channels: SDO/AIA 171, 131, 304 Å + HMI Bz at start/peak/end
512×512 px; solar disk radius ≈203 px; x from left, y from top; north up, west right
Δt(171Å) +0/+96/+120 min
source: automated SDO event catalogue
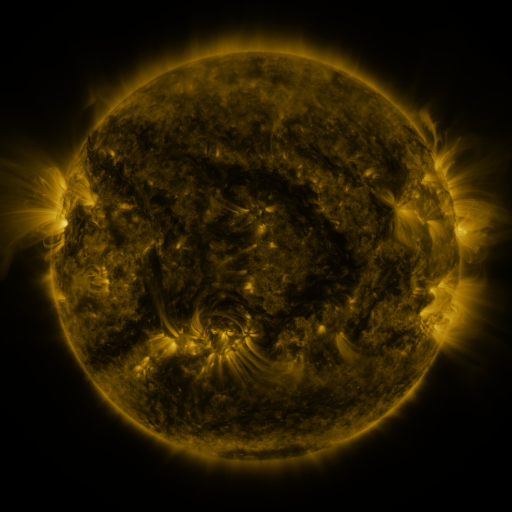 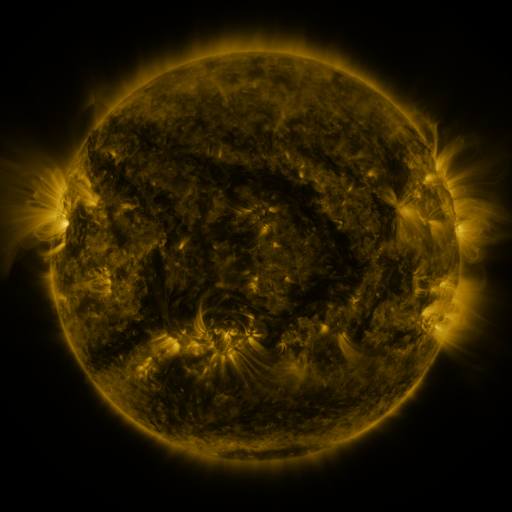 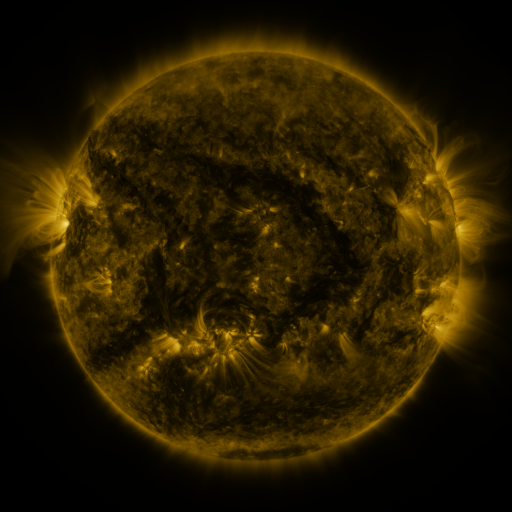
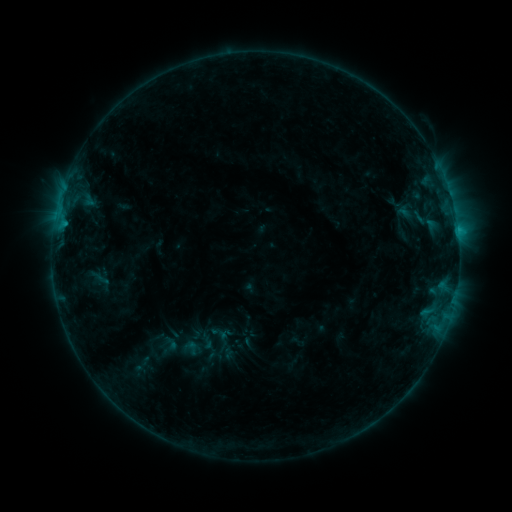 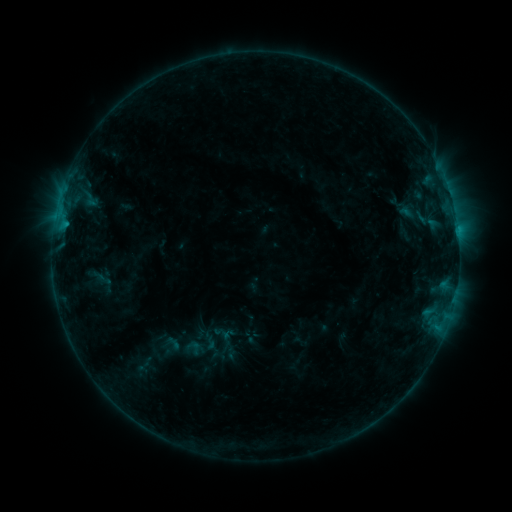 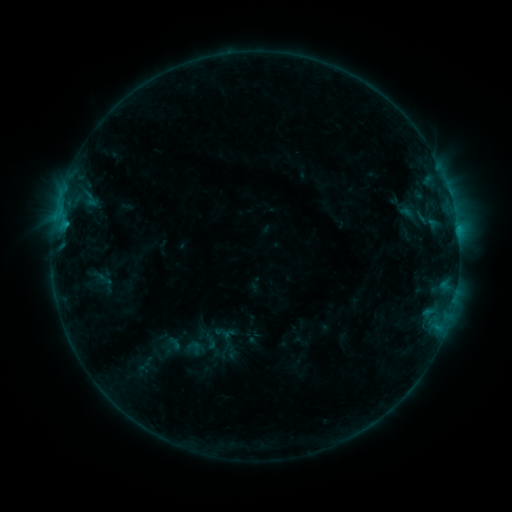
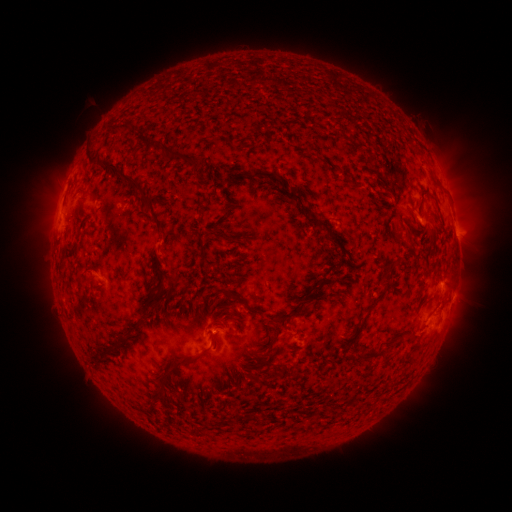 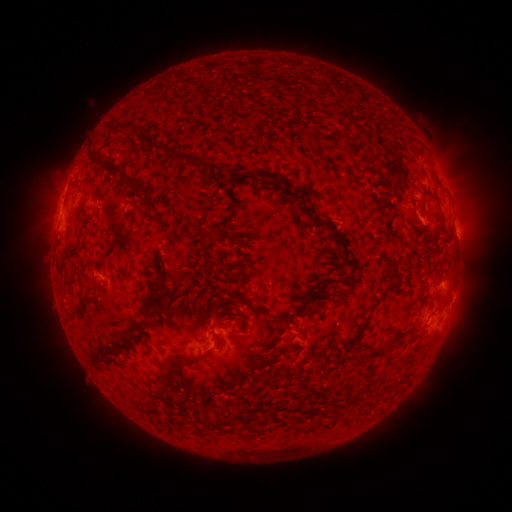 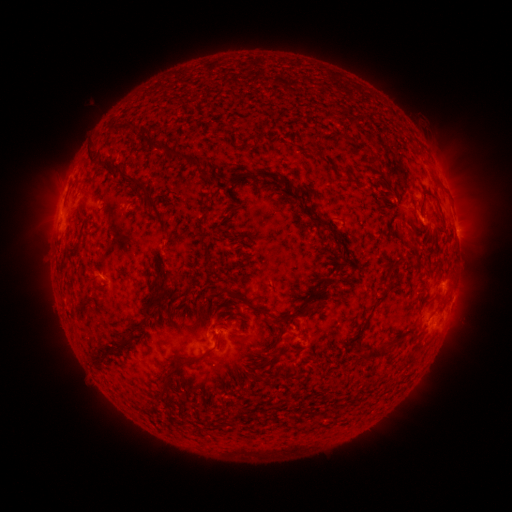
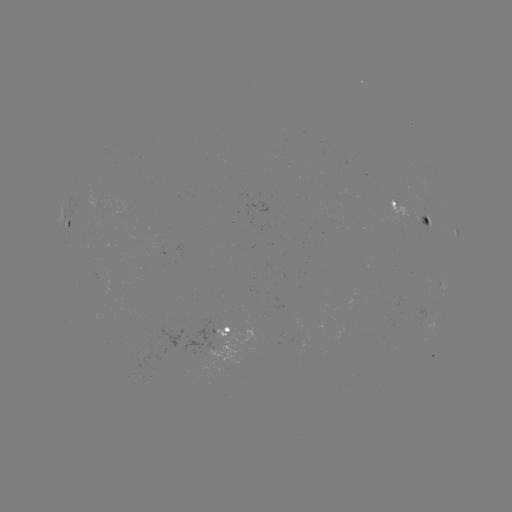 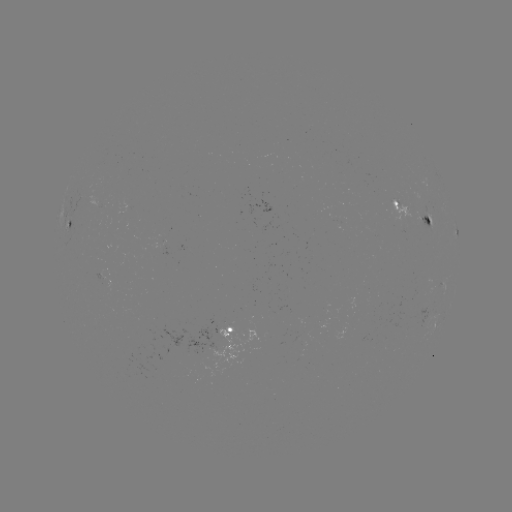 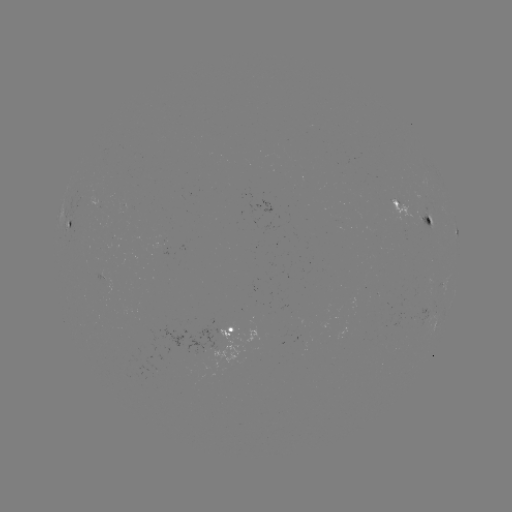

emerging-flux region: (414, 214, 432, 229)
